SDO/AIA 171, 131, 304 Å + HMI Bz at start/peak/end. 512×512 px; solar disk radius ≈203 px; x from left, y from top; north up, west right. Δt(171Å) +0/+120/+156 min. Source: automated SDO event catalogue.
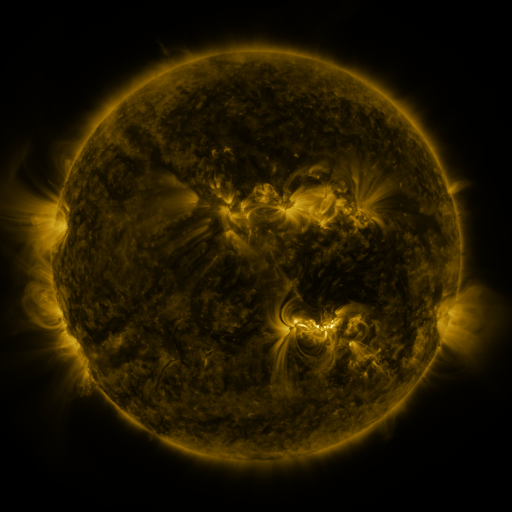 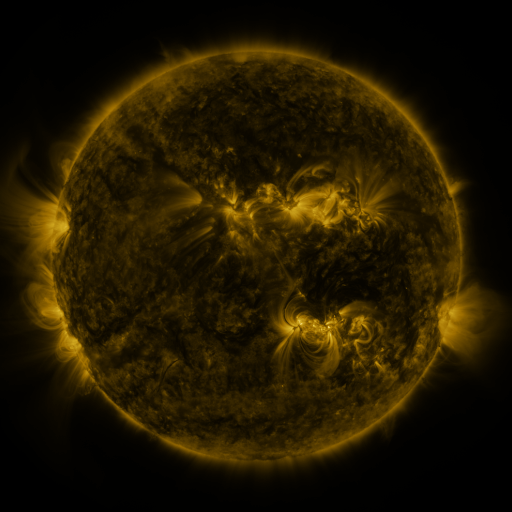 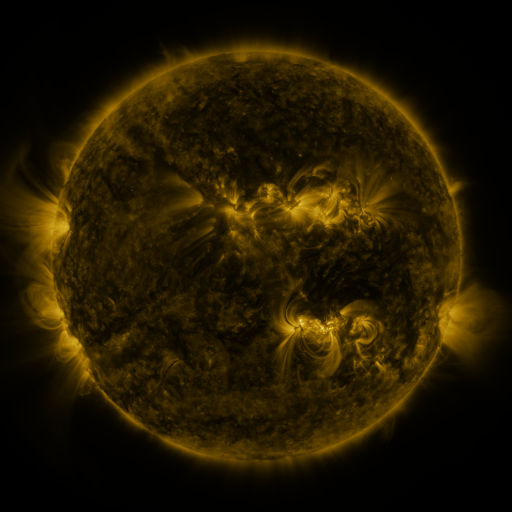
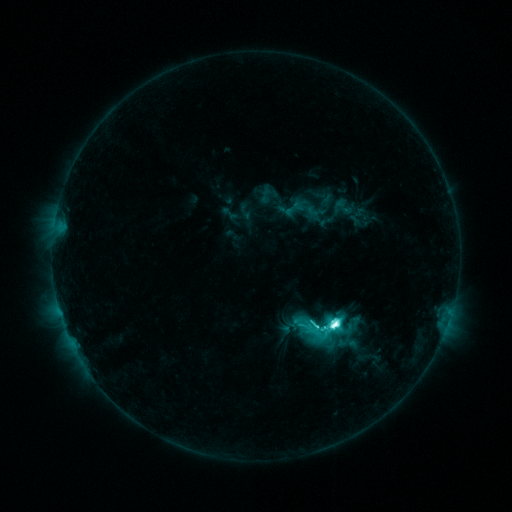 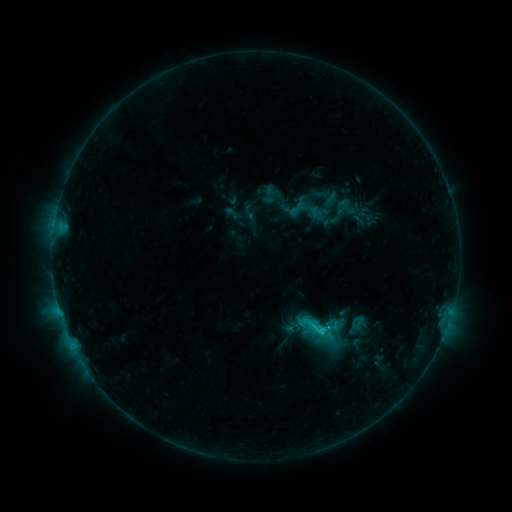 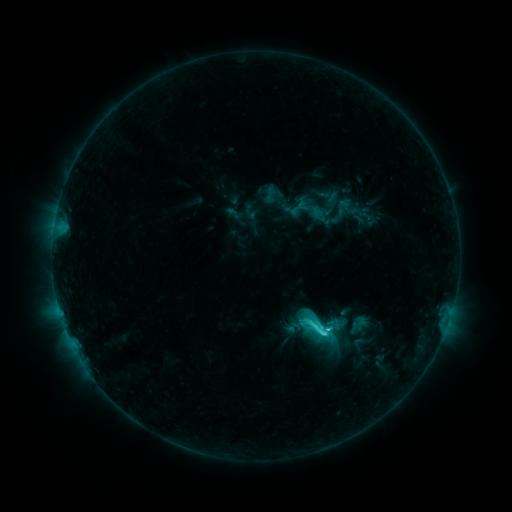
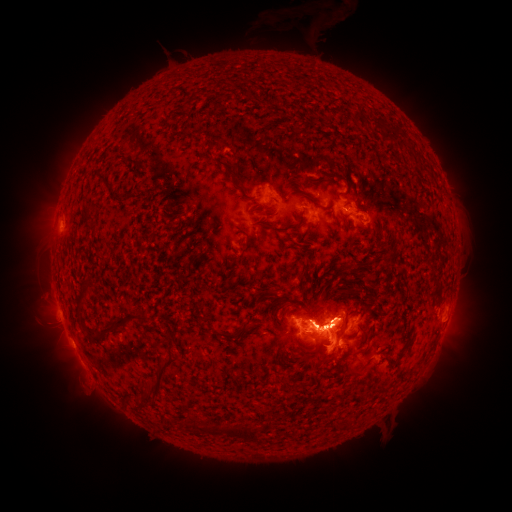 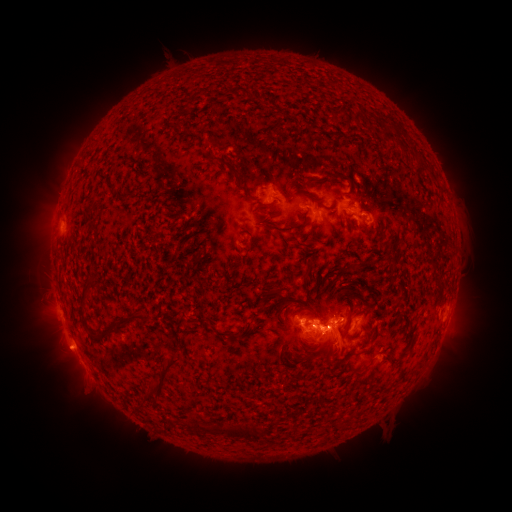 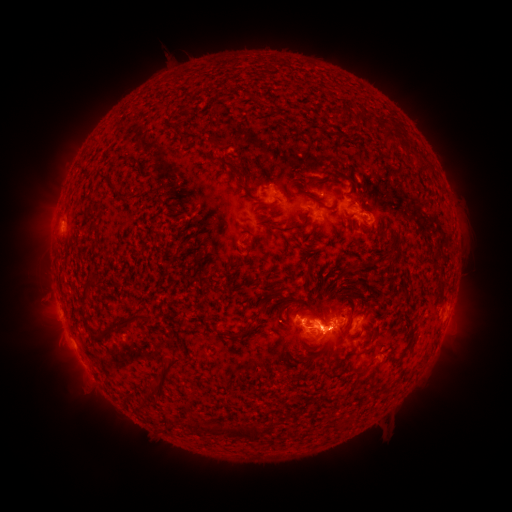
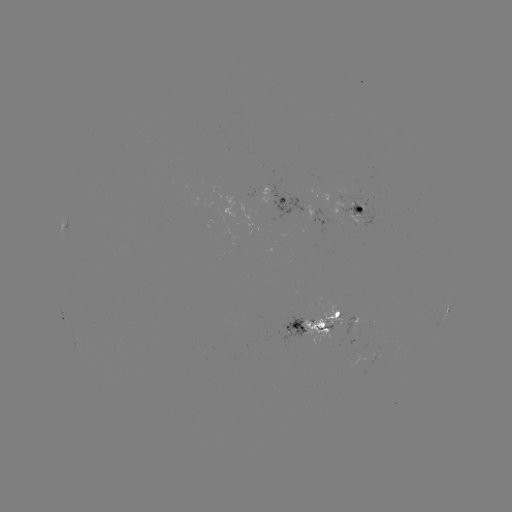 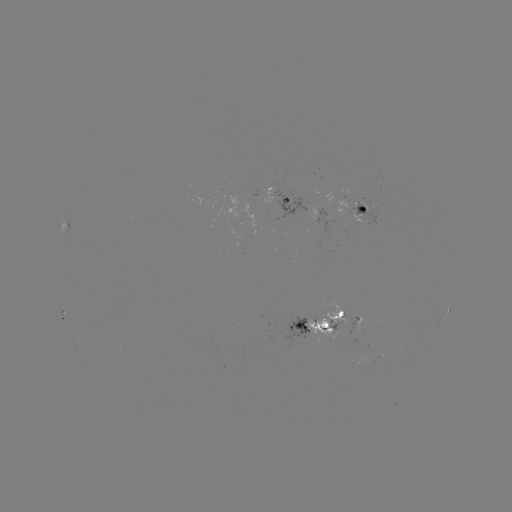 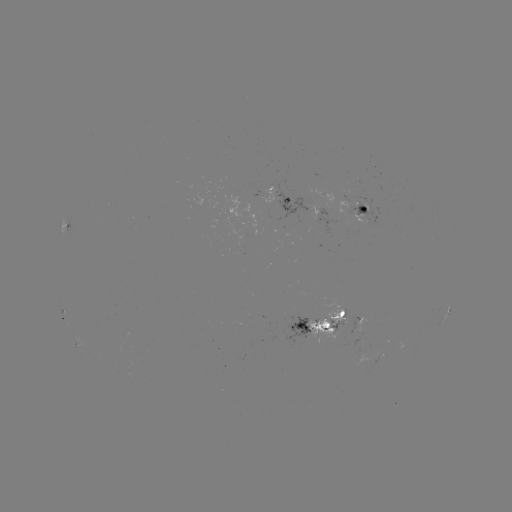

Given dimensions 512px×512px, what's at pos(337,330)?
emerging-flux region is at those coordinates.